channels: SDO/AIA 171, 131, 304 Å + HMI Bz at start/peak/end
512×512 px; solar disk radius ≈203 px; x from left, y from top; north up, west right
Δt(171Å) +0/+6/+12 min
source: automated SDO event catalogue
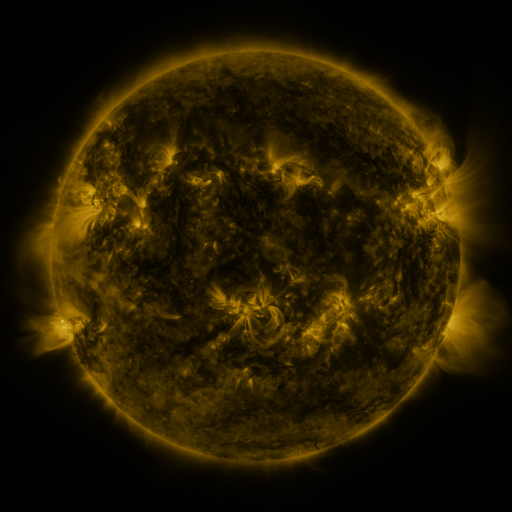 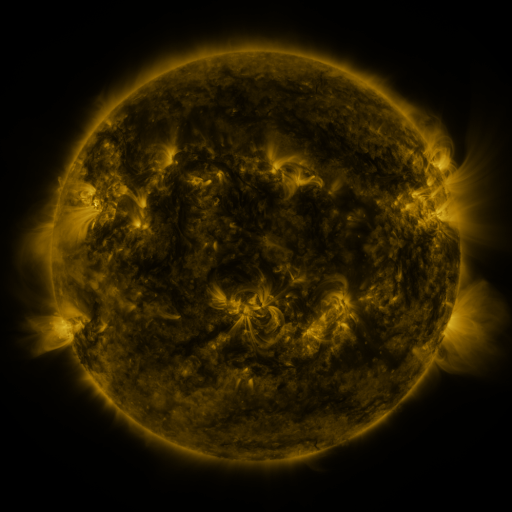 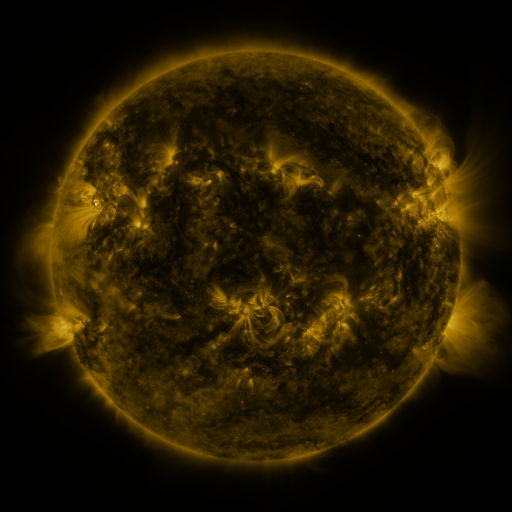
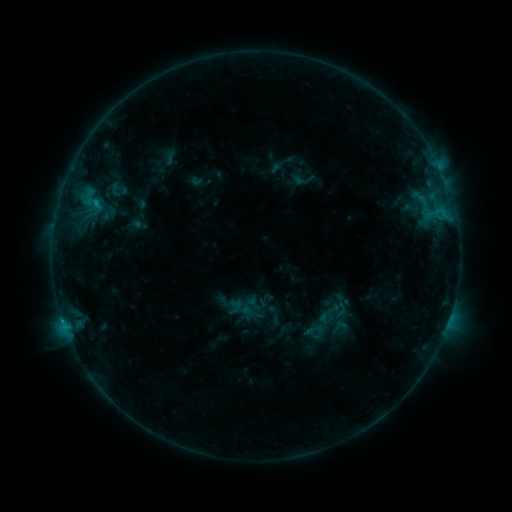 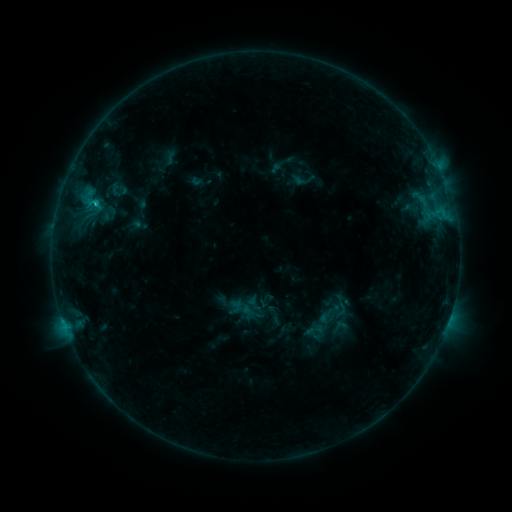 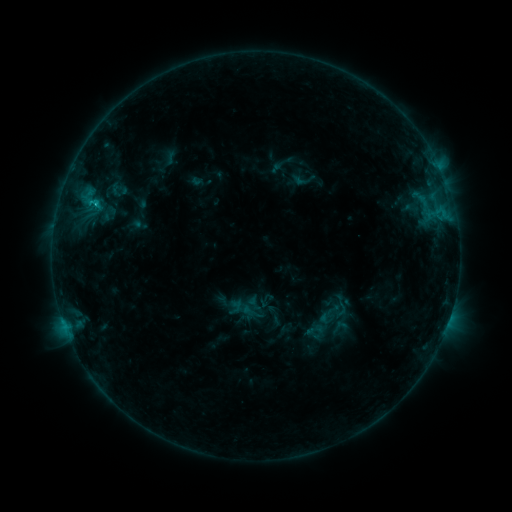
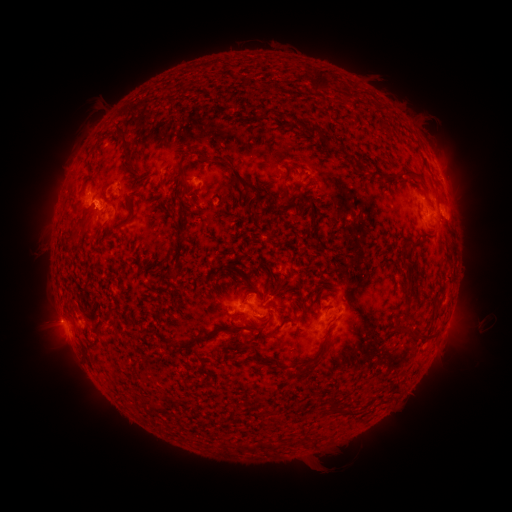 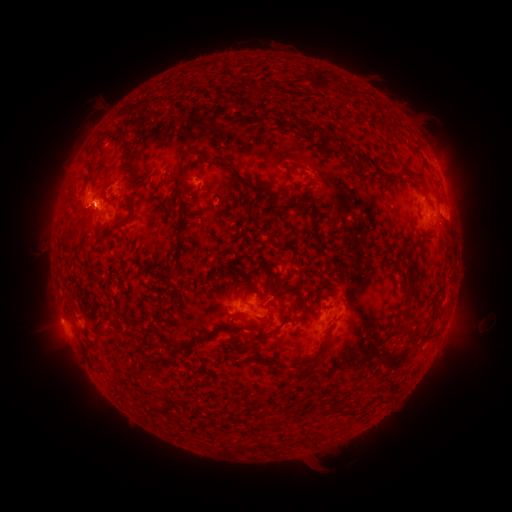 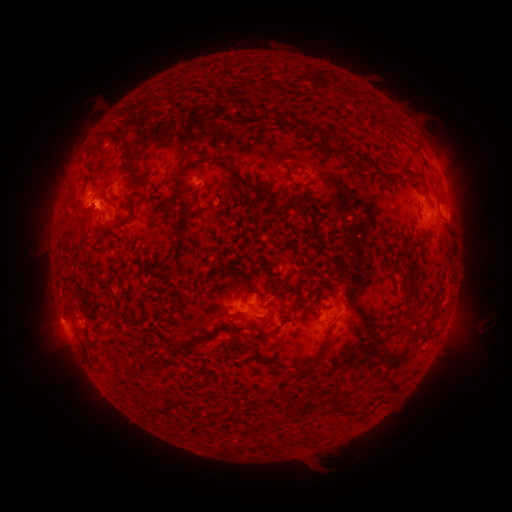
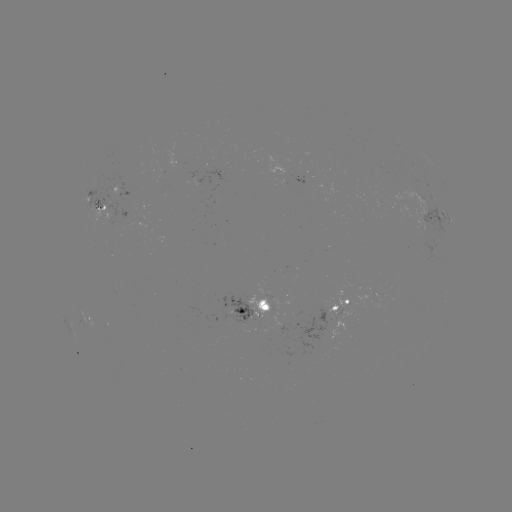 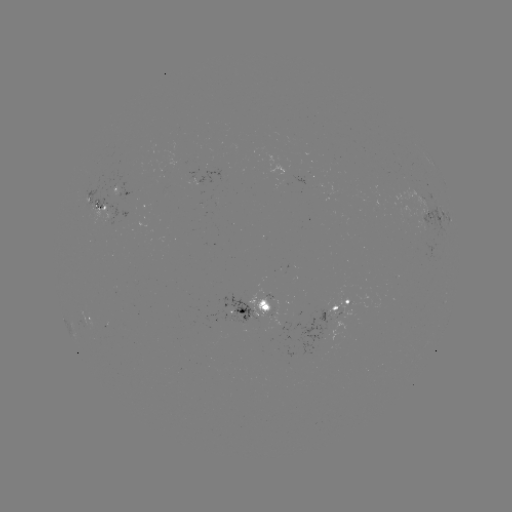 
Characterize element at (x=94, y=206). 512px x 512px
C1.1 flare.